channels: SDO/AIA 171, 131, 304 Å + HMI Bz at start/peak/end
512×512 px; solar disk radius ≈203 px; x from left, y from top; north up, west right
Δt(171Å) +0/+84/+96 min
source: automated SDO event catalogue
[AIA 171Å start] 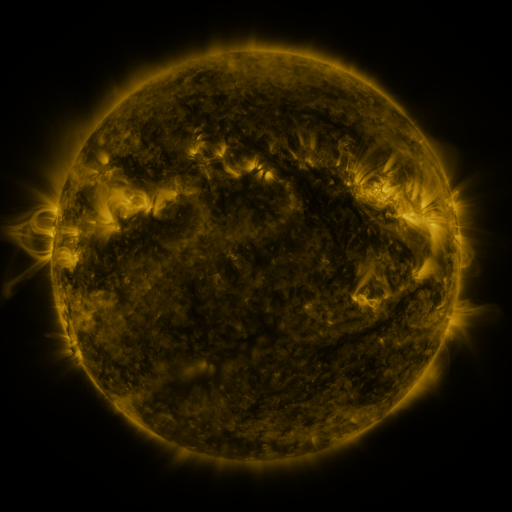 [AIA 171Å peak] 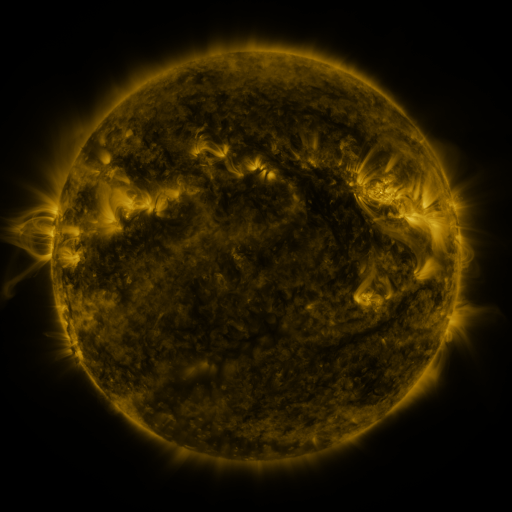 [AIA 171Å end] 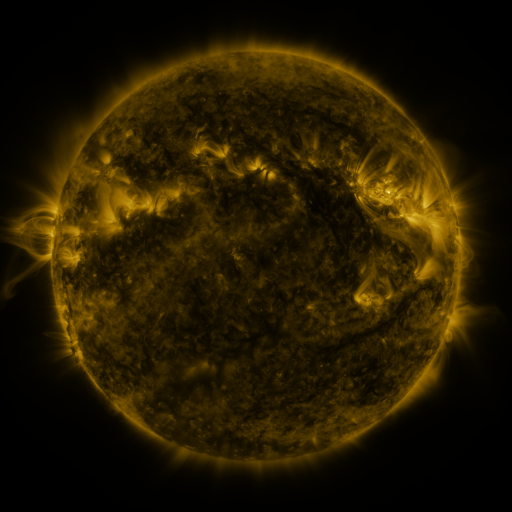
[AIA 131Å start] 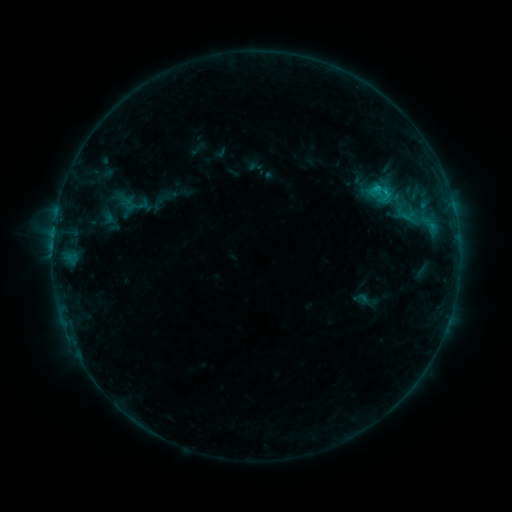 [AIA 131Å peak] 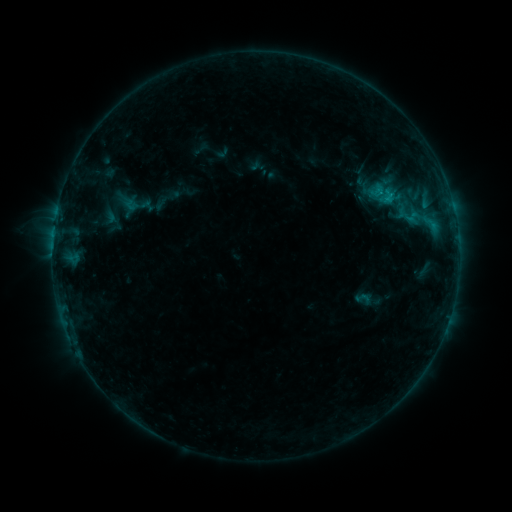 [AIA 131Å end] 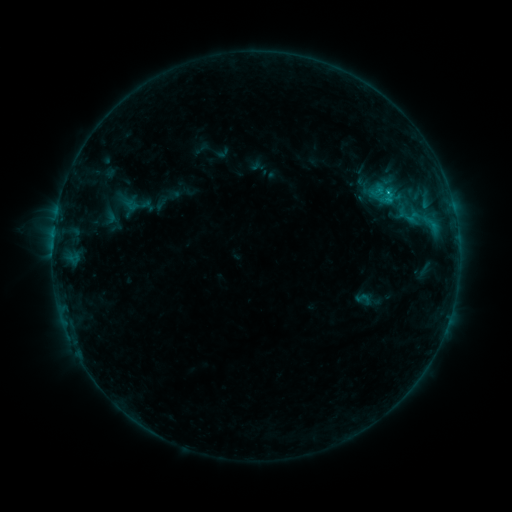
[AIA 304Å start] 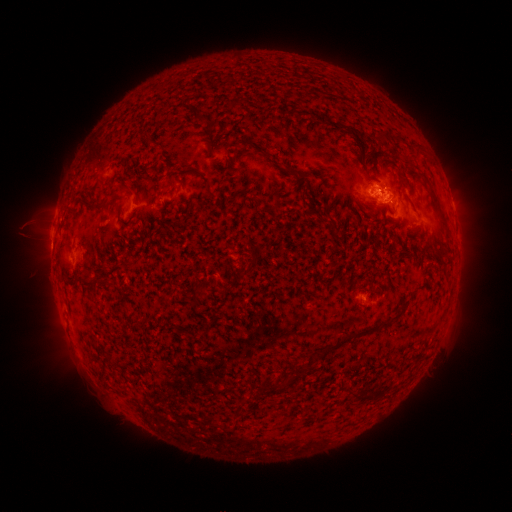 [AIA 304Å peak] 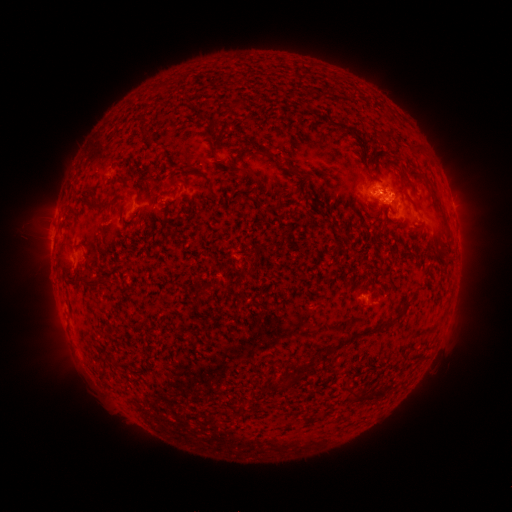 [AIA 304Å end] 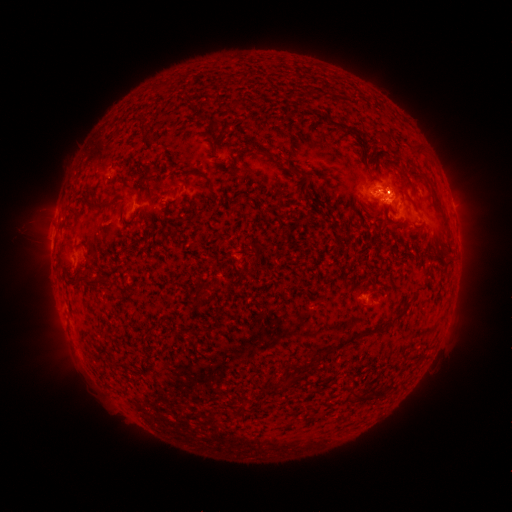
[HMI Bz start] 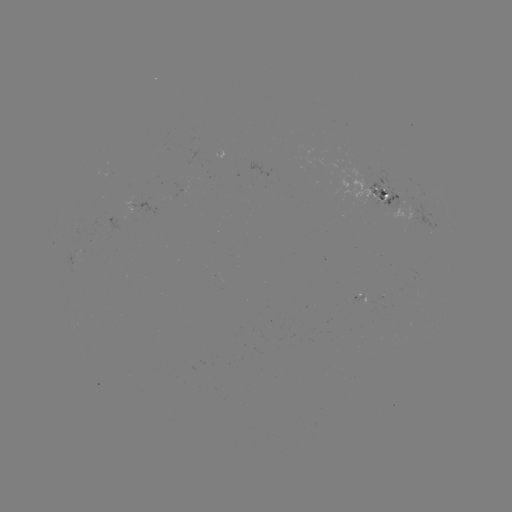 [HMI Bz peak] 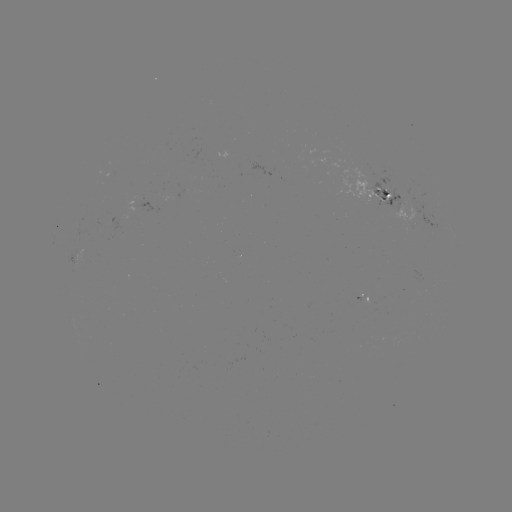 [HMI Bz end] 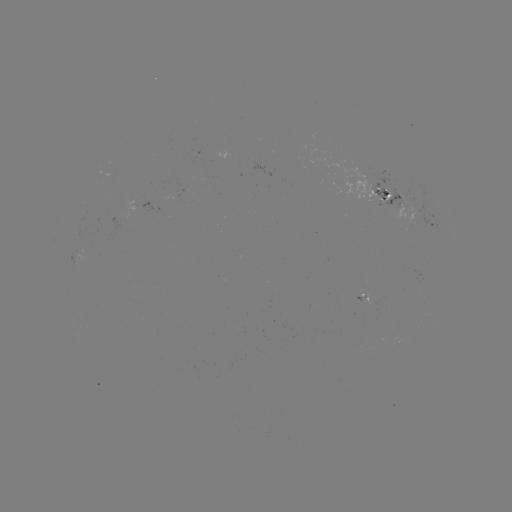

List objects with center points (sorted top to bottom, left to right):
emerging-flux region: (396, 198)
